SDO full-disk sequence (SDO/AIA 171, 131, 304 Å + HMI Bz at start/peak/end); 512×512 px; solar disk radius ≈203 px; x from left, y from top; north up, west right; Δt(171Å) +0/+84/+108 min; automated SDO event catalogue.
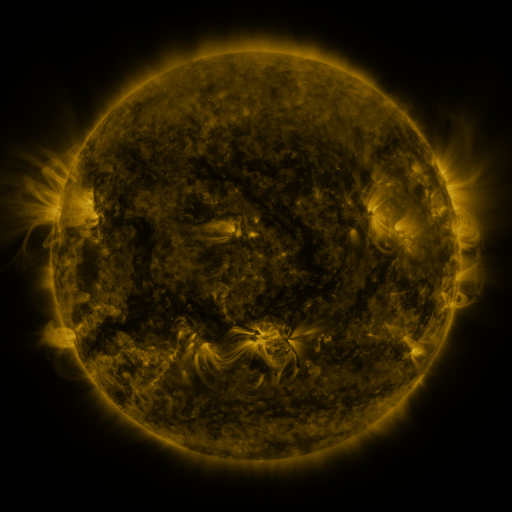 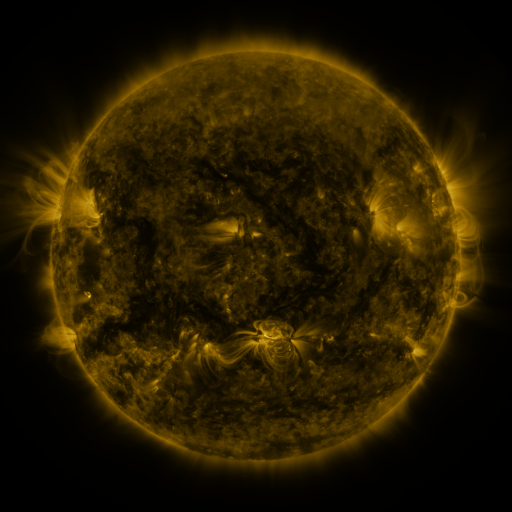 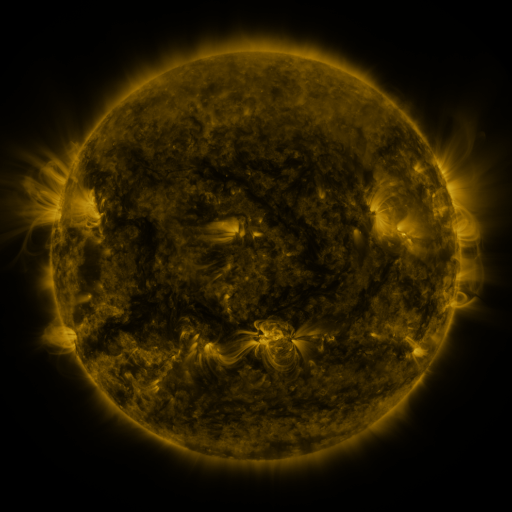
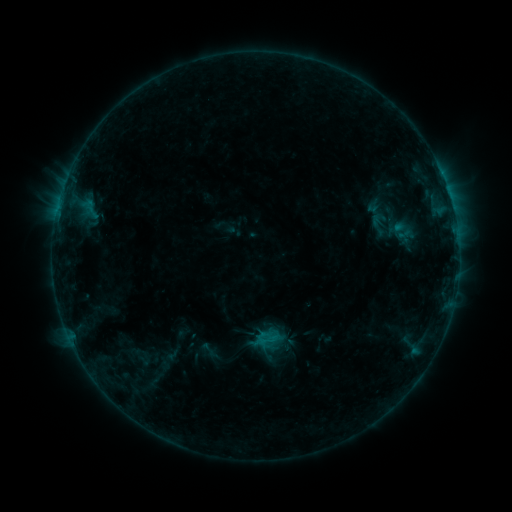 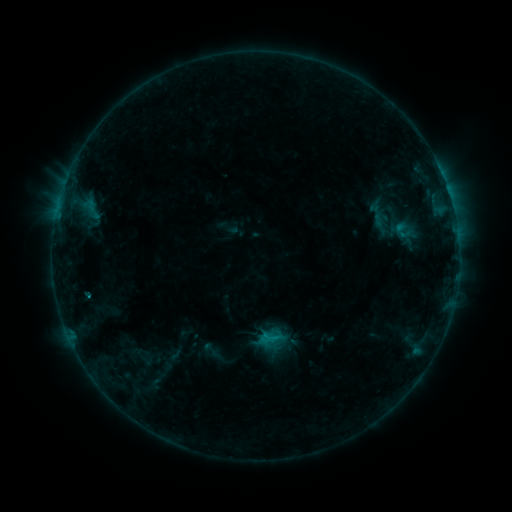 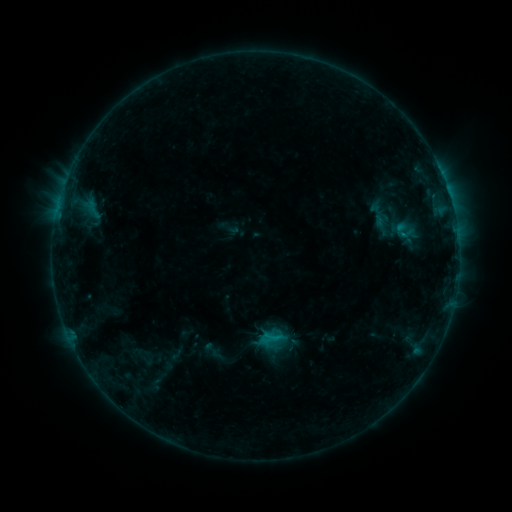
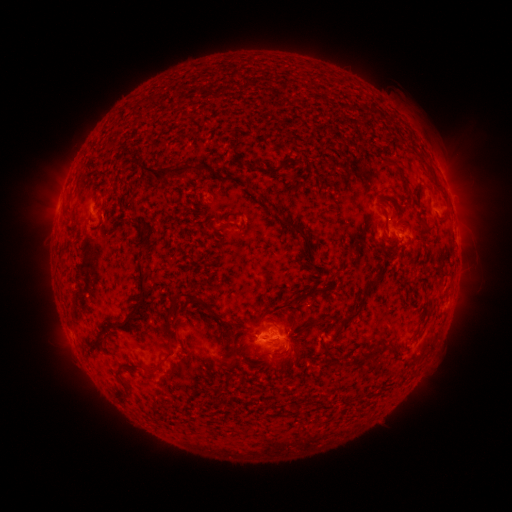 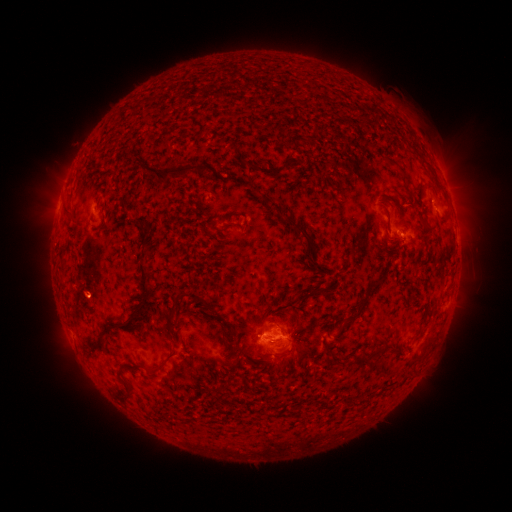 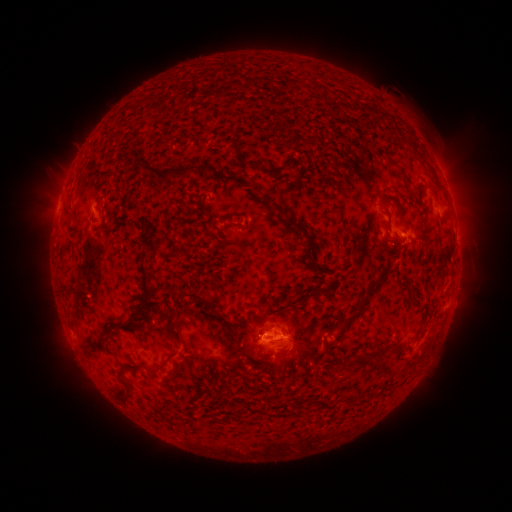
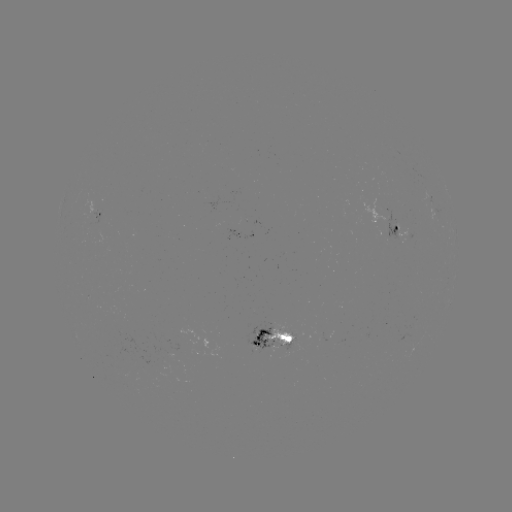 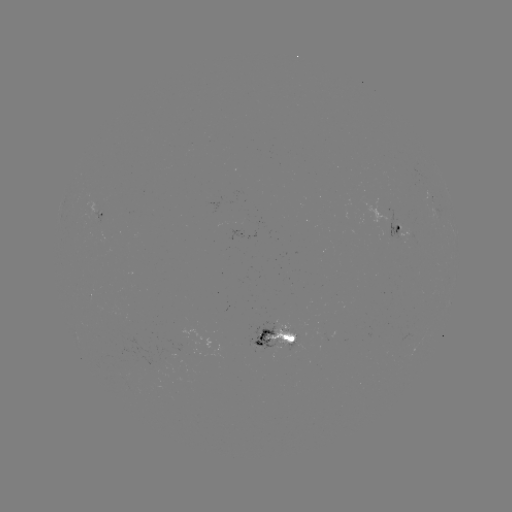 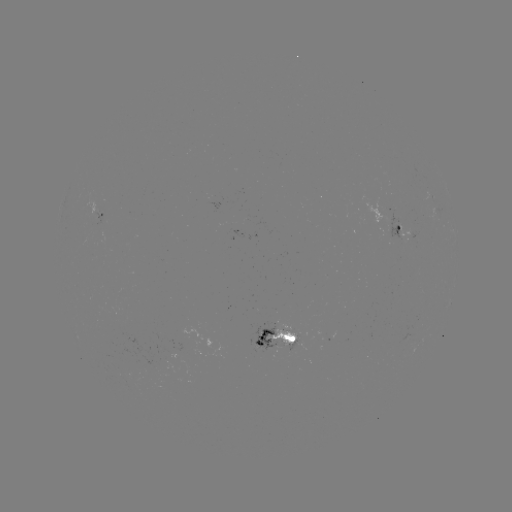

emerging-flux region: (163, 337, 221, 360)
